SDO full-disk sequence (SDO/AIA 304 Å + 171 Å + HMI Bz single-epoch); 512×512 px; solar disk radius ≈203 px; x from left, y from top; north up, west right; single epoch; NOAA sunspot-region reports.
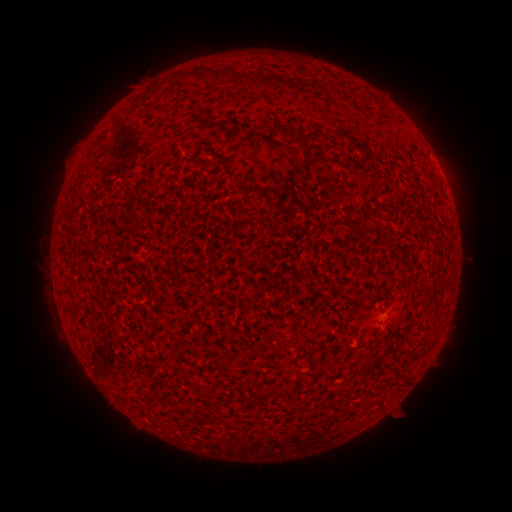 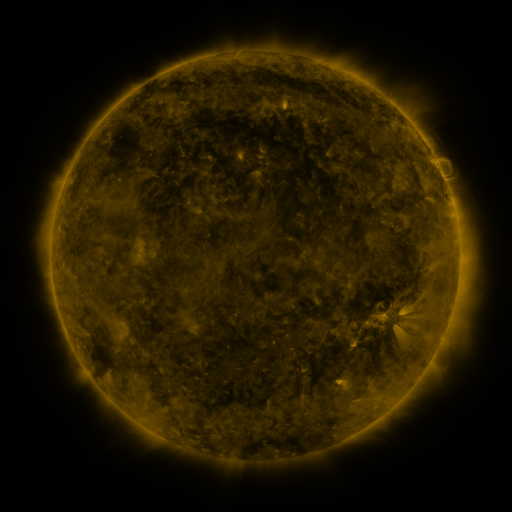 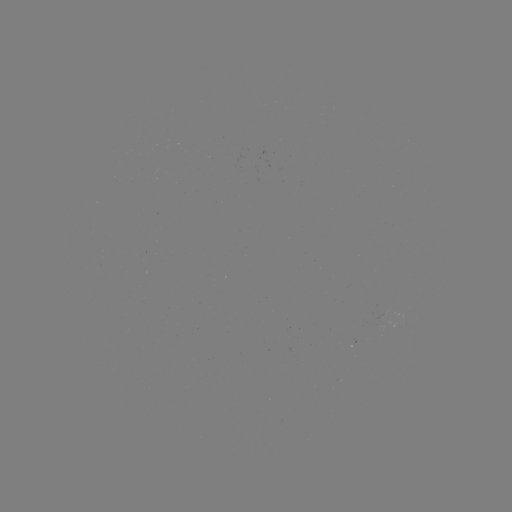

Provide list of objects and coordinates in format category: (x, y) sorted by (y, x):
(none)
